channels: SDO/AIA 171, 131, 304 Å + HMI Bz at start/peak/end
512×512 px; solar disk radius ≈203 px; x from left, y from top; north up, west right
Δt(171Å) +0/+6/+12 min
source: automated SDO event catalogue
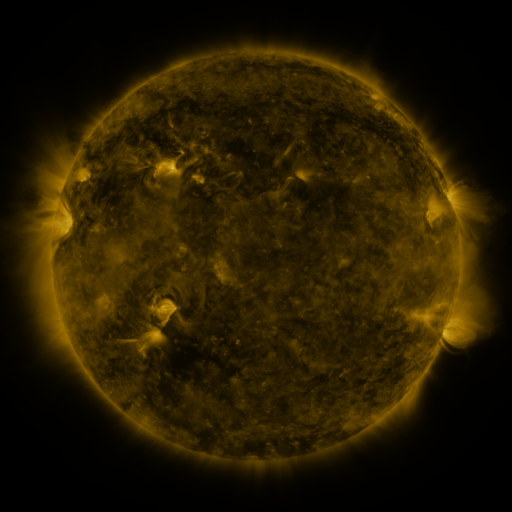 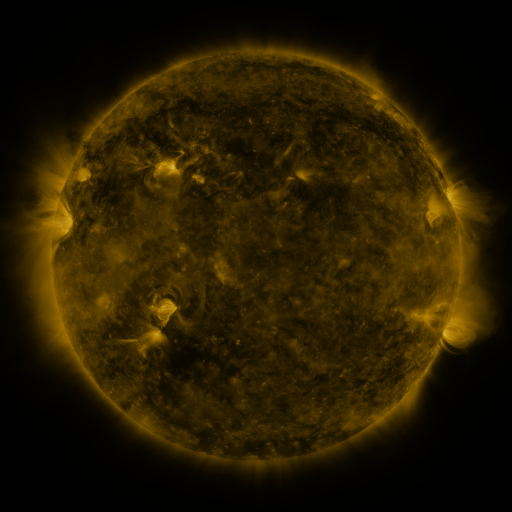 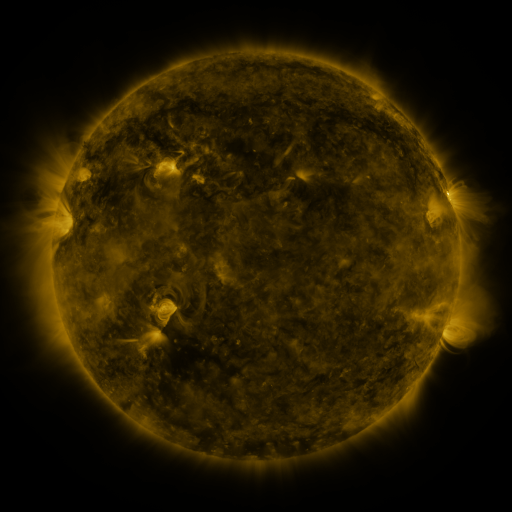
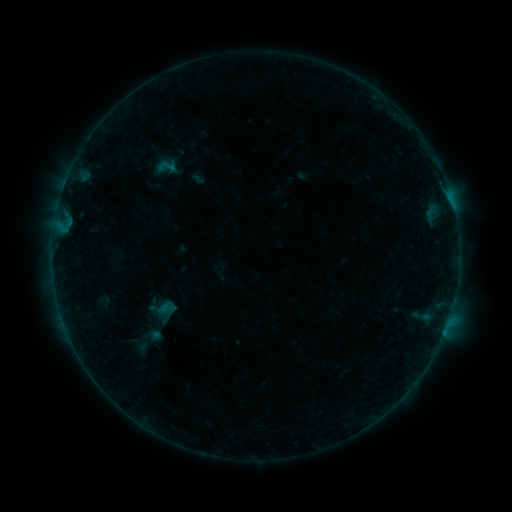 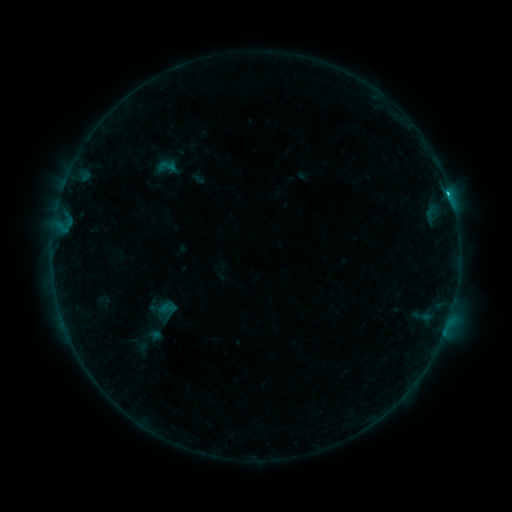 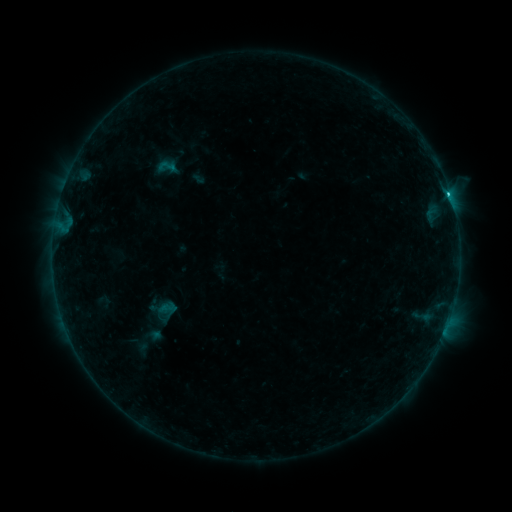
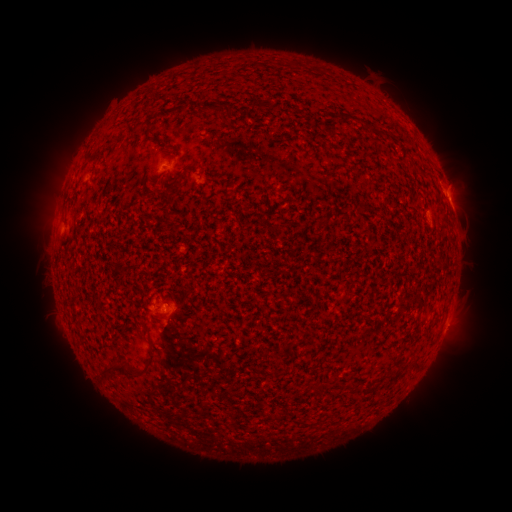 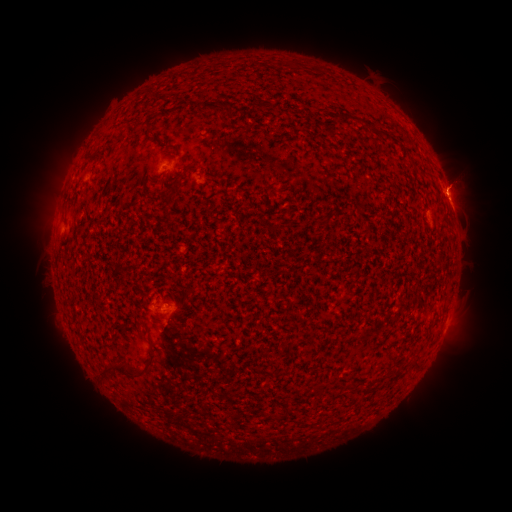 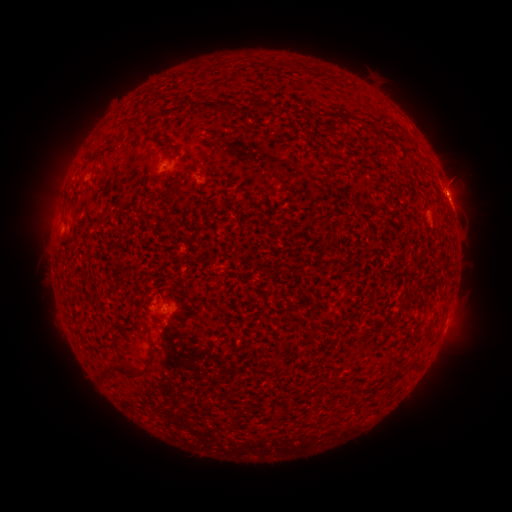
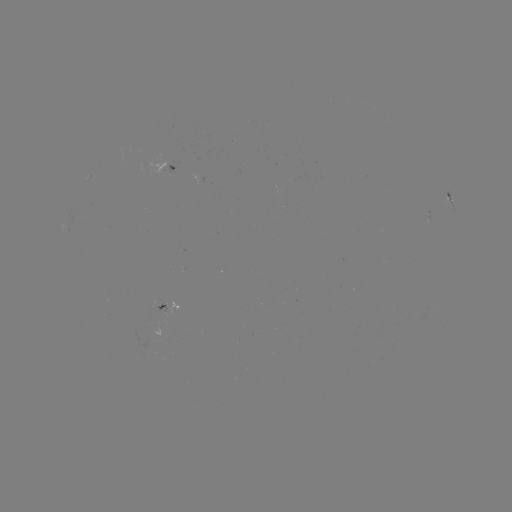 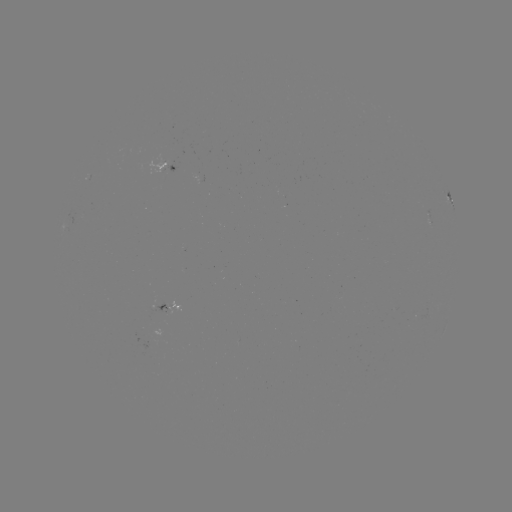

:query eruption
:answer [463, 179]